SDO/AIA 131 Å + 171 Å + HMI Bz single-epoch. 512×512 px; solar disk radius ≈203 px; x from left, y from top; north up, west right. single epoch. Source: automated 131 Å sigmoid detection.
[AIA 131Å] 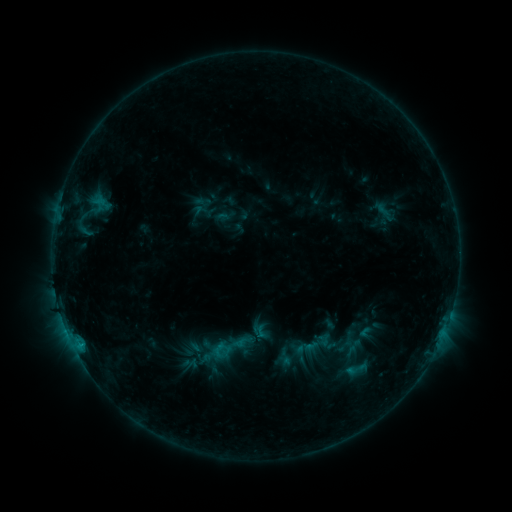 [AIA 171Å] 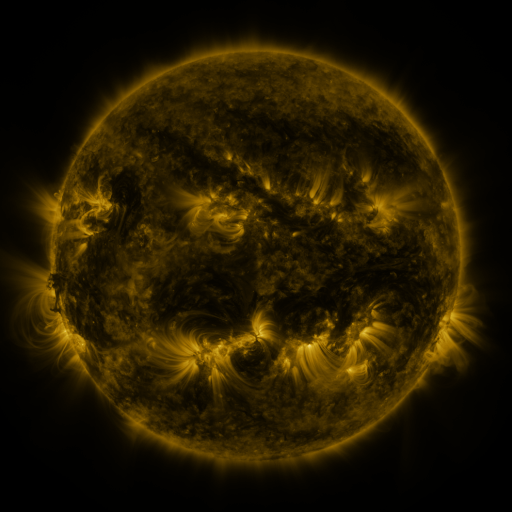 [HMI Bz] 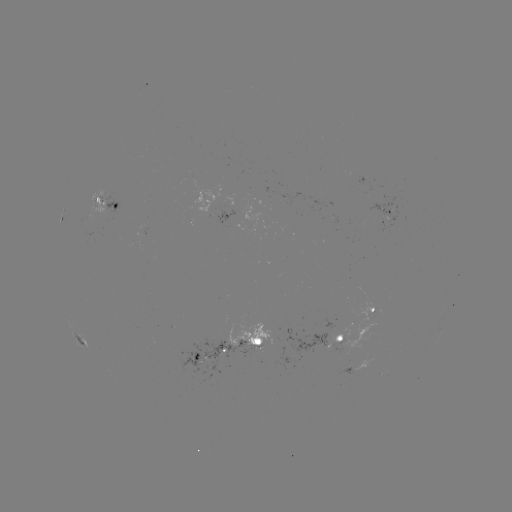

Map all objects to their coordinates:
sigmoid: (208, 327, 251, 367)
sigmoid: (344, 358, 366, 380)
